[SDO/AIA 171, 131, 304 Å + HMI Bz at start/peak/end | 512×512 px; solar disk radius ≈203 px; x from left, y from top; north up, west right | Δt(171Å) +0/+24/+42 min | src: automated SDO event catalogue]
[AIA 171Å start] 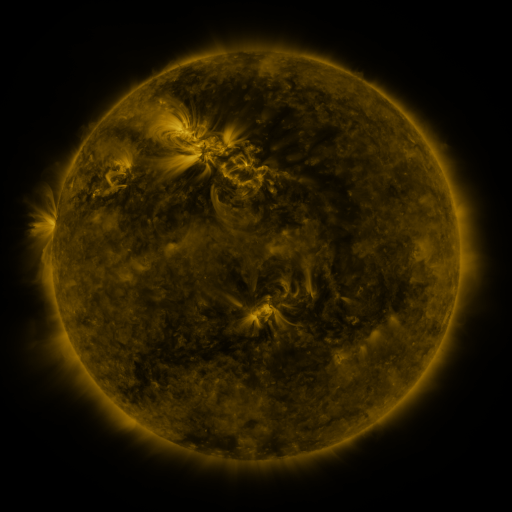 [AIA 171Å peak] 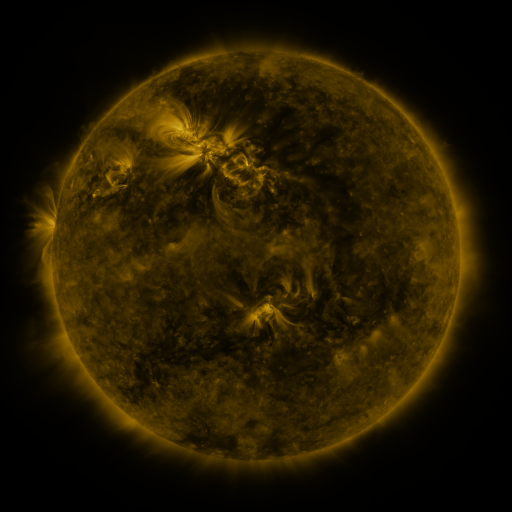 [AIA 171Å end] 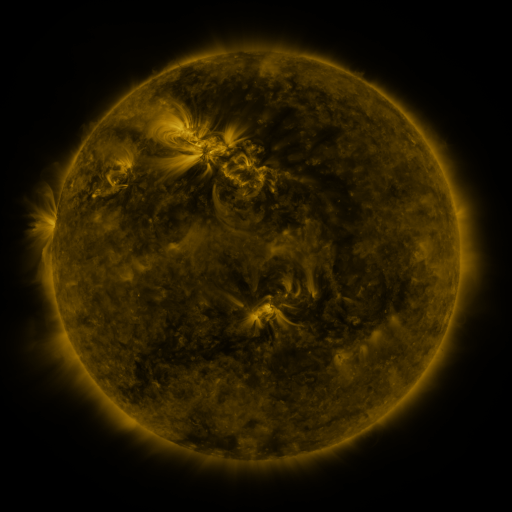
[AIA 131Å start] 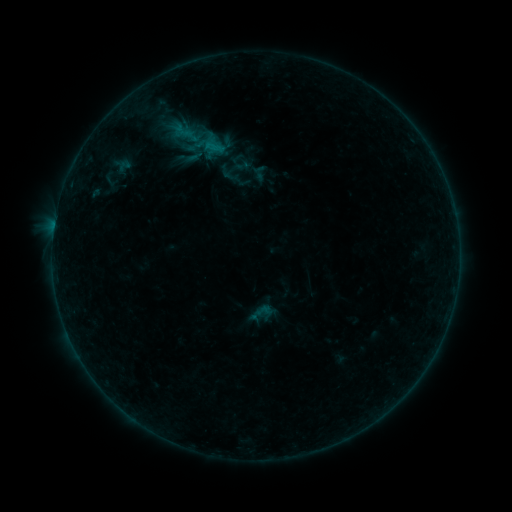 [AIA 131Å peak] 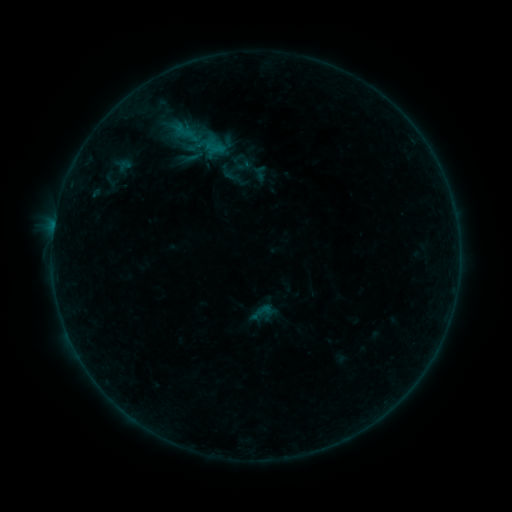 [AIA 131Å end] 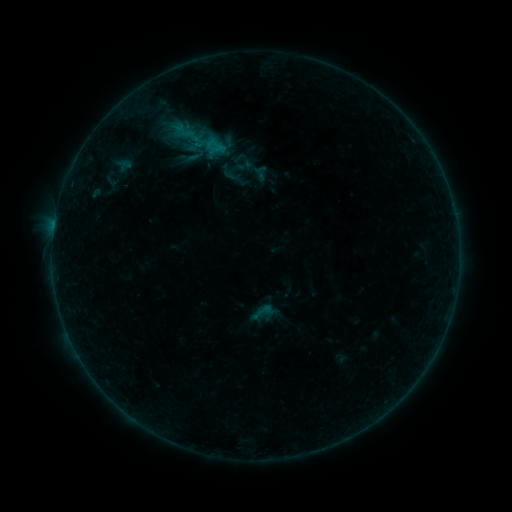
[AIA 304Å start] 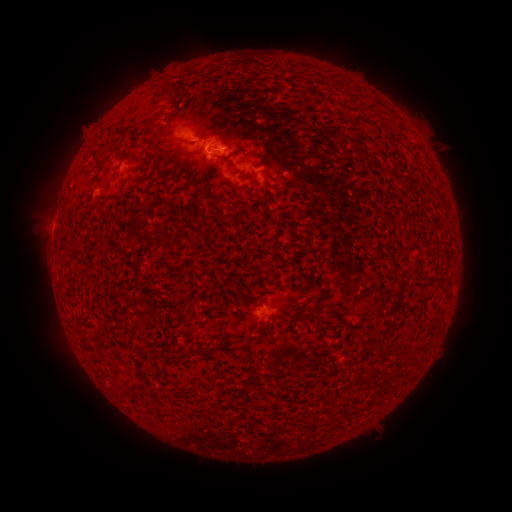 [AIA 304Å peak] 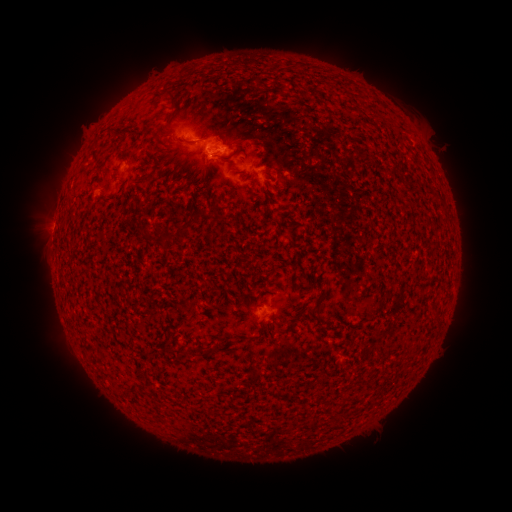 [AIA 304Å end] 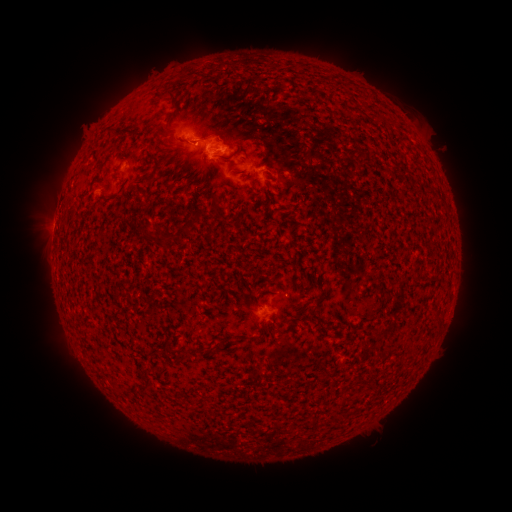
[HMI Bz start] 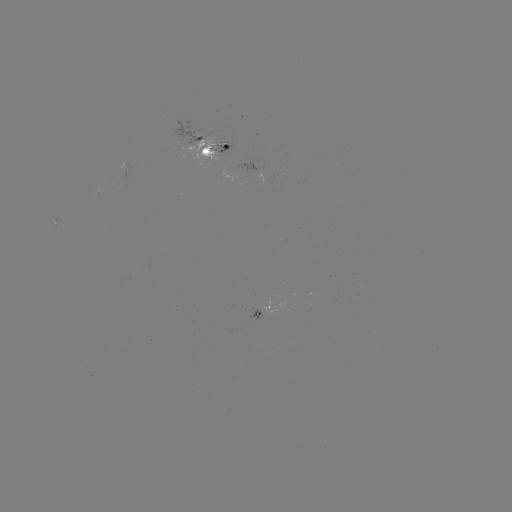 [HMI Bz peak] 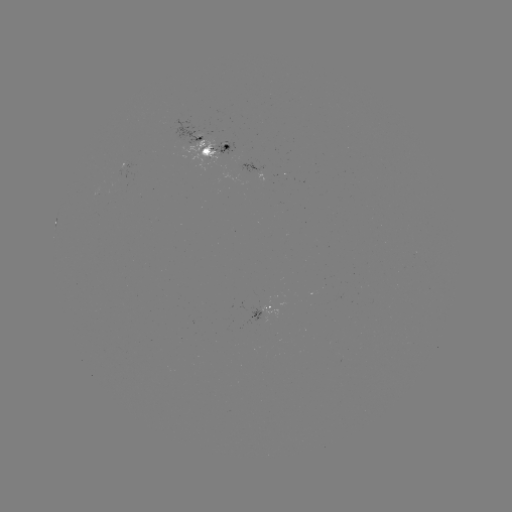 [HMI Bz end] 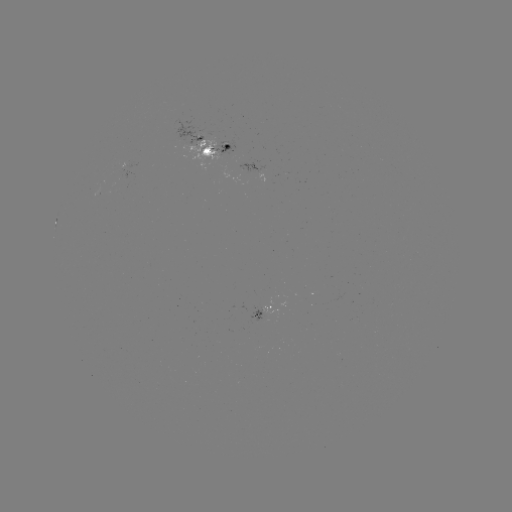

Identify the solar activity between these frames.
no classed flare was catalogued and no EUV brightening was flagged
